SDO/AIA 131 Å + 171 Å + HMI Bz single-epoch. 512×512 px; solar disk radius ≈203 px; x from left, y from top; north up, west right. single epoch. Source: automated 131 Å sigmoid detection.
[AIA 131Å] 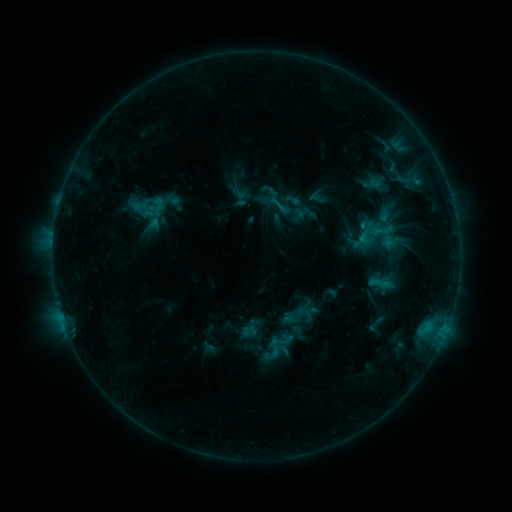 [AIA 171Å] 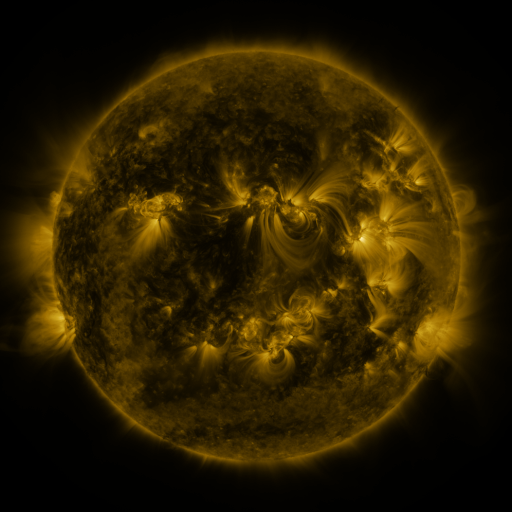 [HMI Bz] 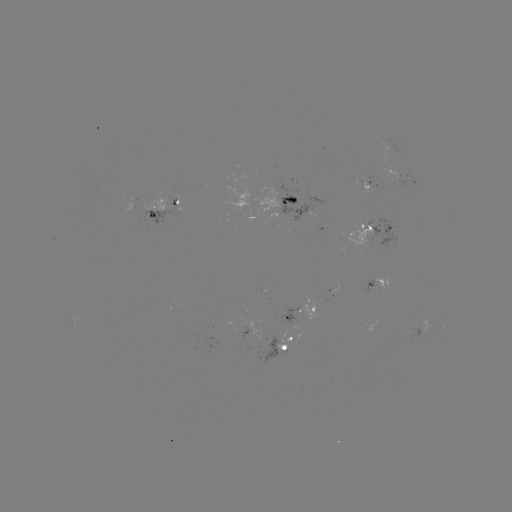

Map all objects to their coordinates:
sigmoid: <bbox>230, 184, 247, 202</bbox>
sigmoid: <bbox>264, 337, 284, 357</bbox>
